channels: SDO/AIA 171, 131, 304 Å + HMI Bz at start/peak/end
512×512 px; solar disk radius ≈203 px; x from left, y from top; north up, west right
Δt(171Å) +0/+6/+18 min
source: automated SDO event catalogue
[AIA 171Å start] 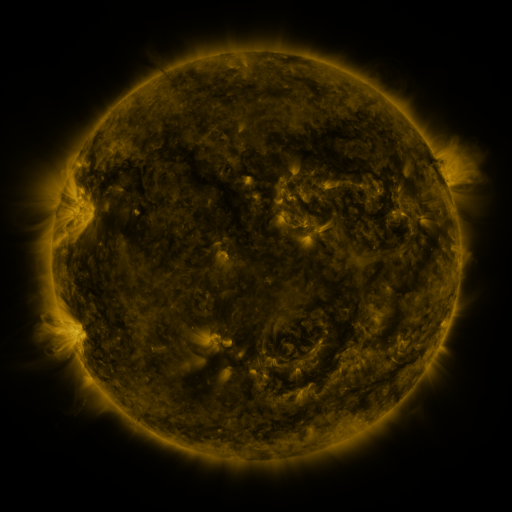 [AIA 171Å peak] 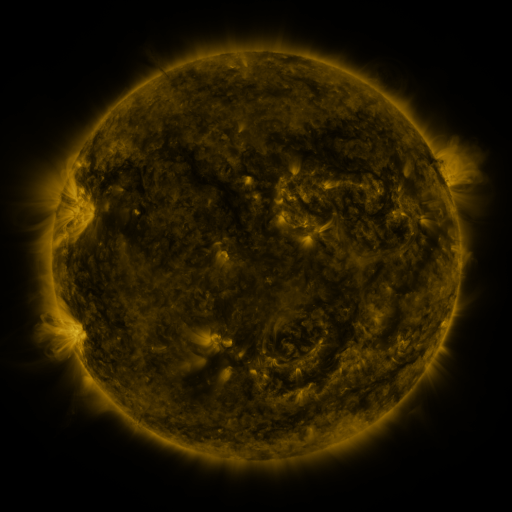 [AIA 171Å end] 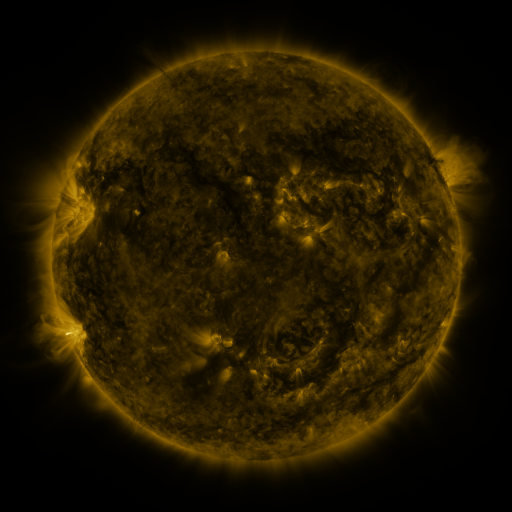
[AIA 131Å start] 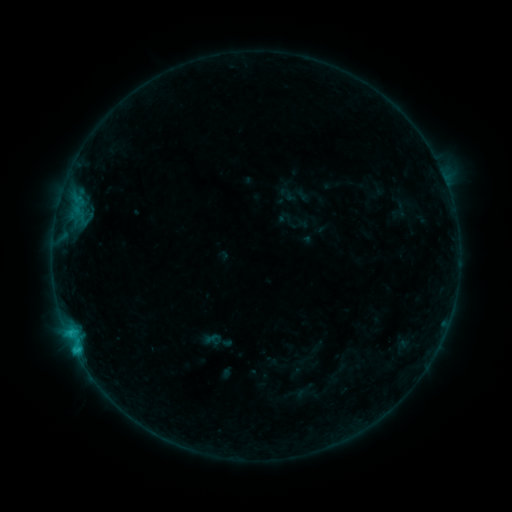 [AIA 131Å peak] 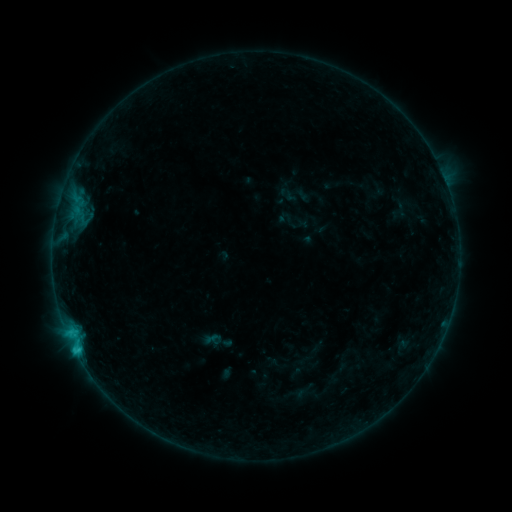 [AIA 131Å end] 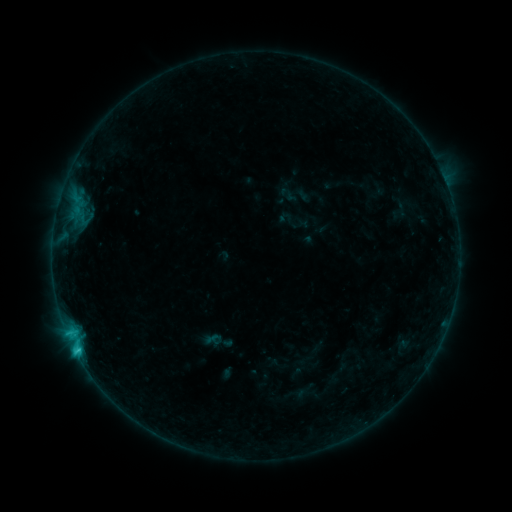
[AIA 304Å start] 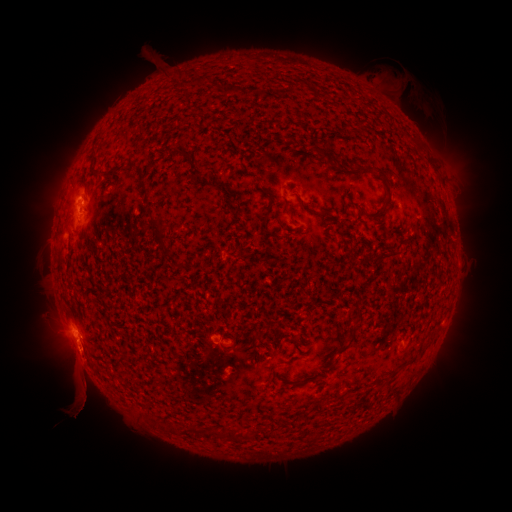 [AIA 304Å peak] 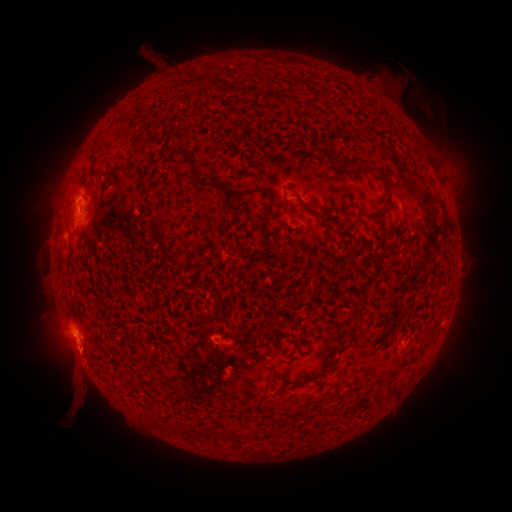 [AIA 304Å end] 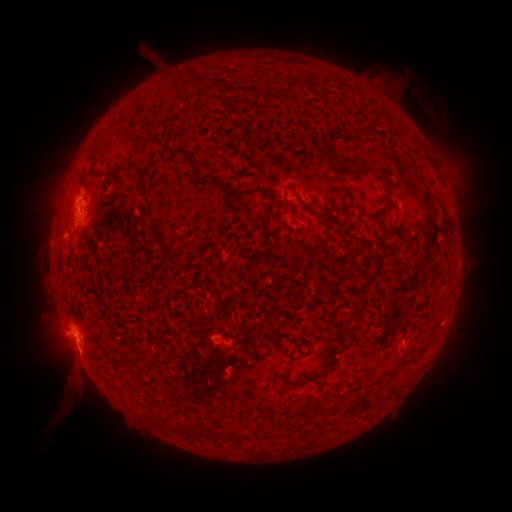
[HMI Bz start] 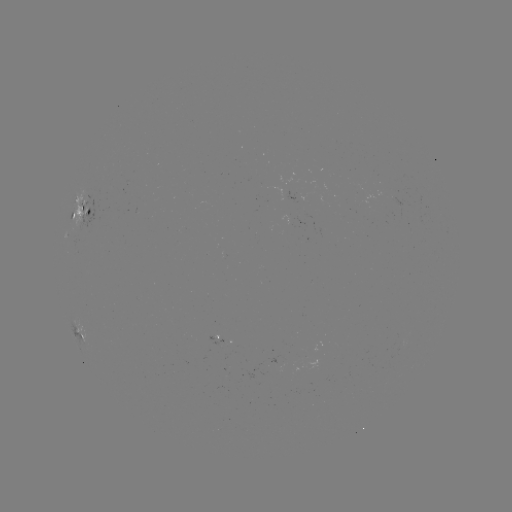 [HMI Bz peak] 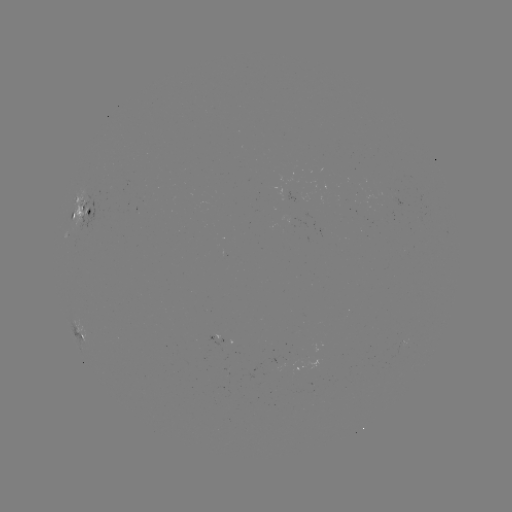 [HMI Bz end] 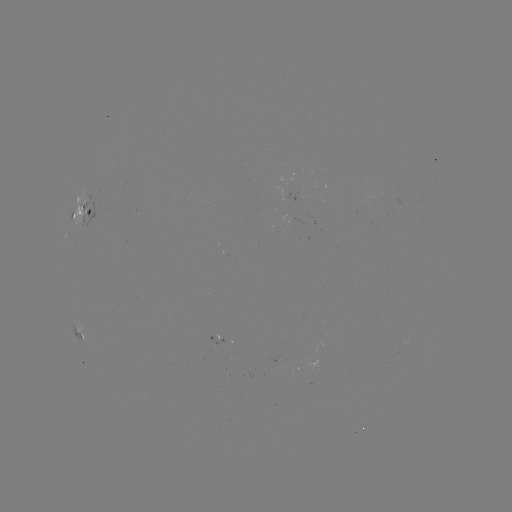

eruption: [52, 364, 106, 428]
